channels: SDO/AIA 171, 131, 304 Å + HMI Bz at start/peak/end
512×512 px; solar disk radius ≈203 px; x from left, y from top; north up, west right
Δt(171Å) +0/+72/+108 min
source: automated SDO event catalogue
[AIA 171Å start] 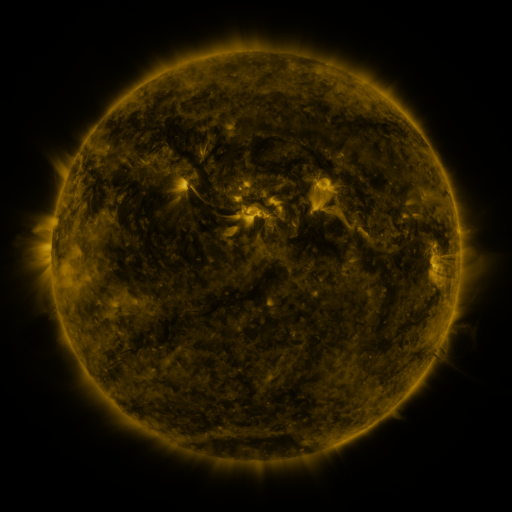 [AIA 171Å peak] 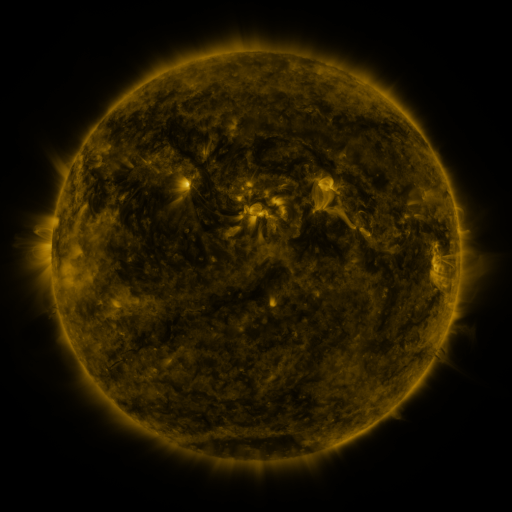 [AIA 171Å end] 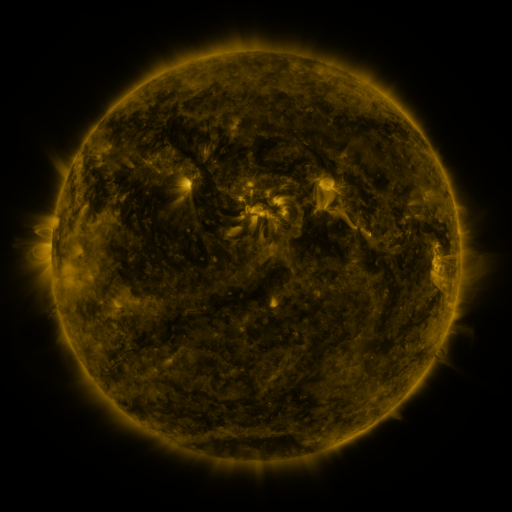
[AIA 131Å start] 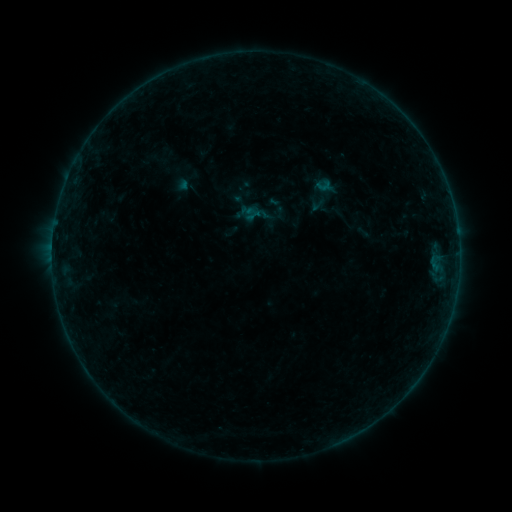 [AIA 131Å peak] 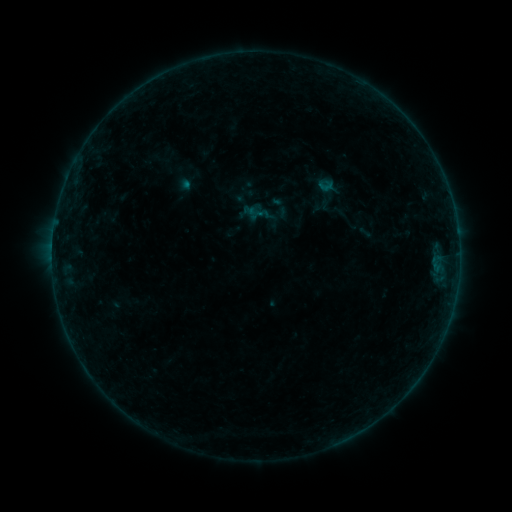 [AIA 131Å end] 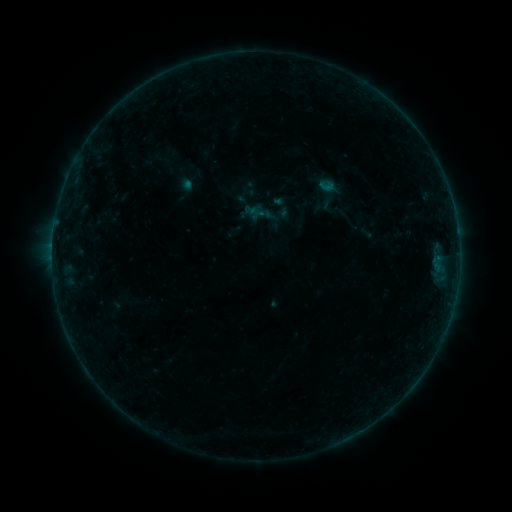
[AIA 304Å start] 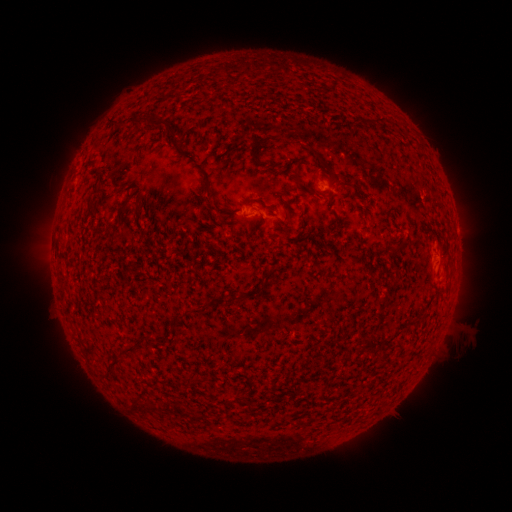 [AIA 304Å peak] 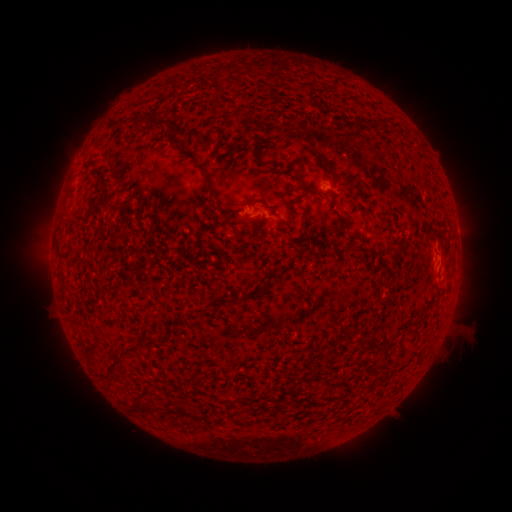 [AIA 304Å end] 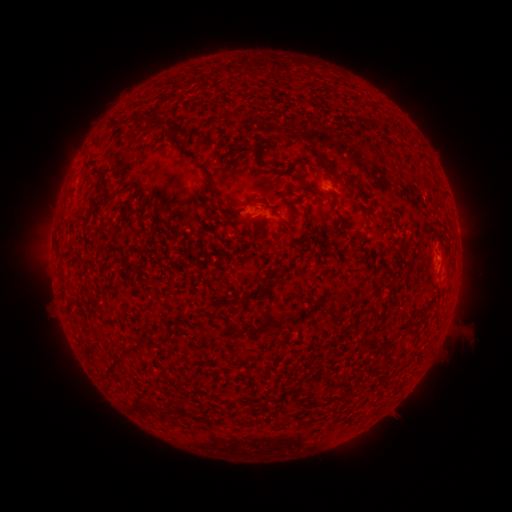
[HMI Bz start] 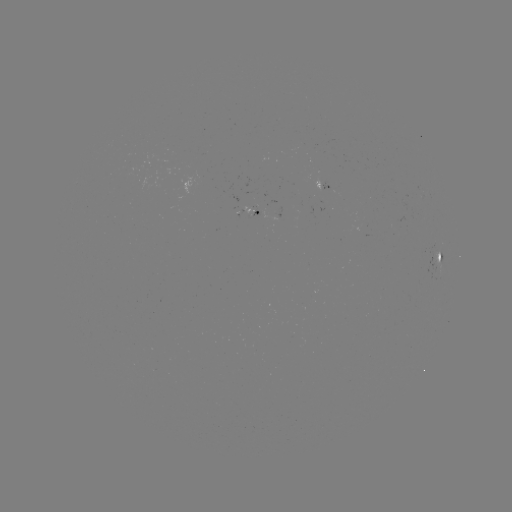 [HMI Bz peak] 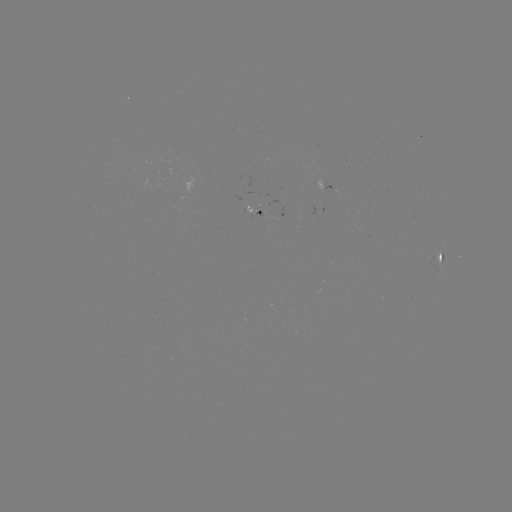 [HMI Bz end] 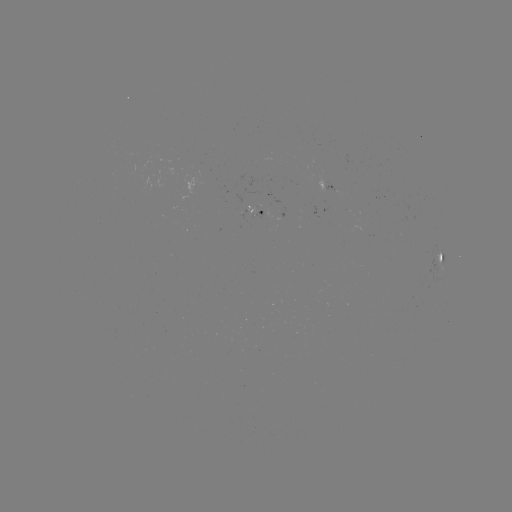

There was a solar emerging-flux region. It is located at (268, 215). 